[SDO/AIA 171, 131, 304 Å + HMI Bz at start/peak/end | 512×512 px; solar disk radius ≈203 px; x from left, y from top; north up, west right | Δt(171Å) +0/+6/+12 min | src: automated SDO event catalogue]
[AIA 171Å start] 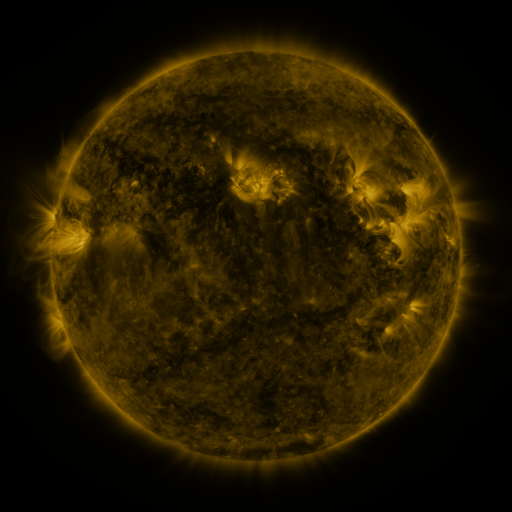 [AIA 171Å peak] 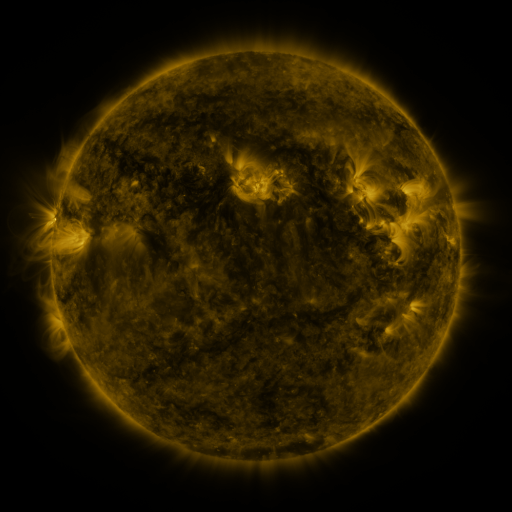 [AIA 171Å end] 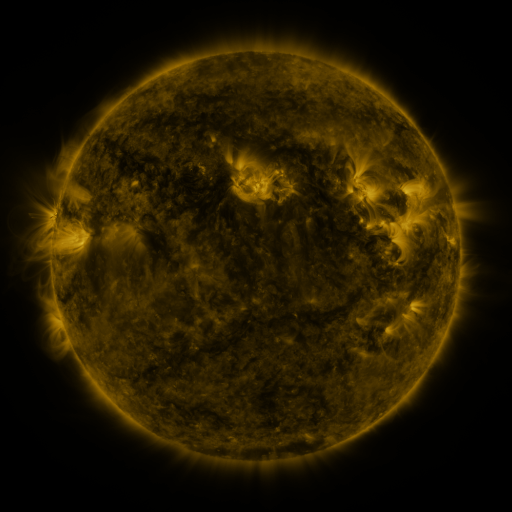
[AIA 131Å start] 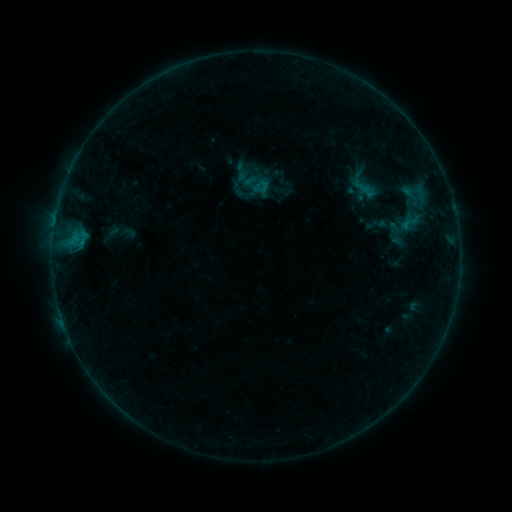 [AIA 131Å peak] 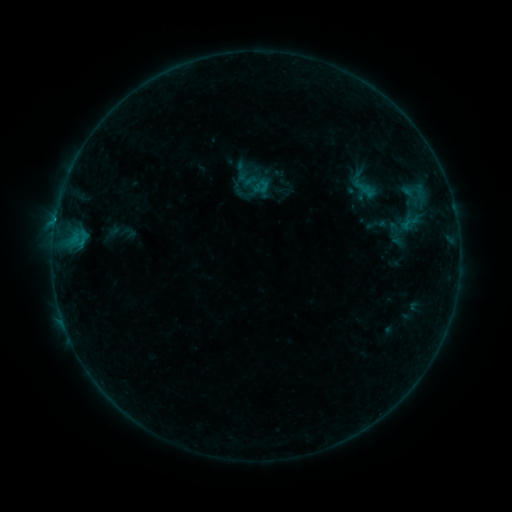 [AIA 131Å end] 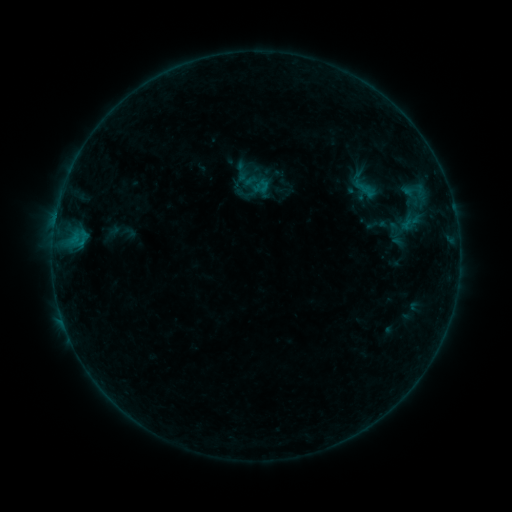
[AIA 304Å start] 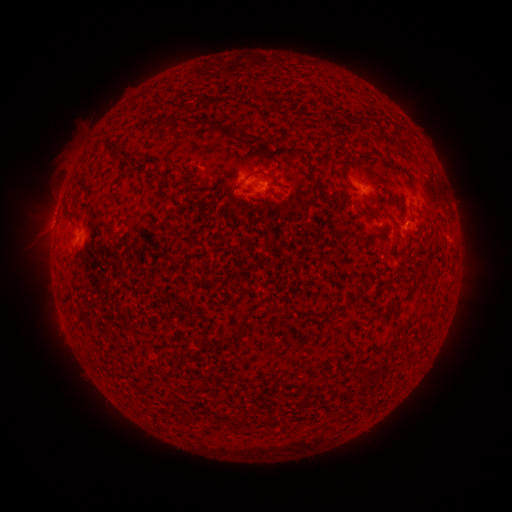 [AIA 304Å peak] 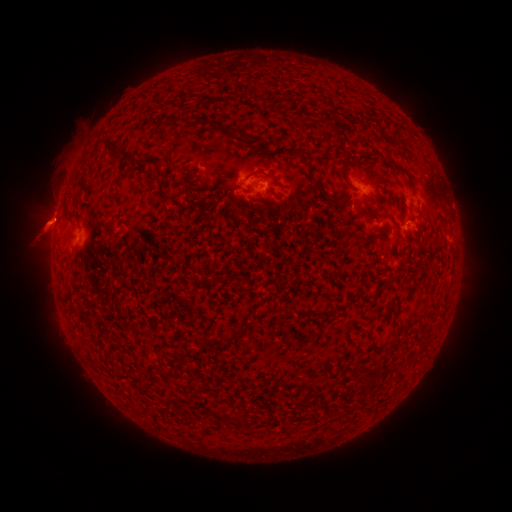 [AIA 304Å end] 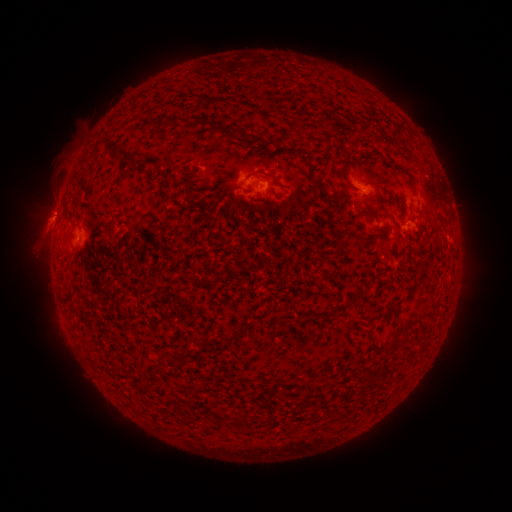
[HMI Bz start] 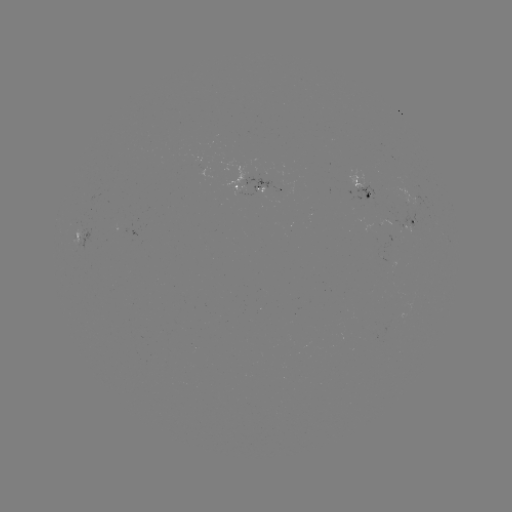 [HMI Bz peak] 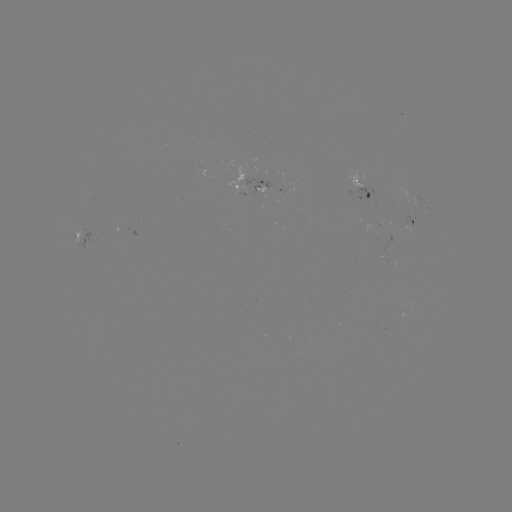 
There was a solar eruption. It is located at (50, 222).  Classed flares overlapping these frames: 1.